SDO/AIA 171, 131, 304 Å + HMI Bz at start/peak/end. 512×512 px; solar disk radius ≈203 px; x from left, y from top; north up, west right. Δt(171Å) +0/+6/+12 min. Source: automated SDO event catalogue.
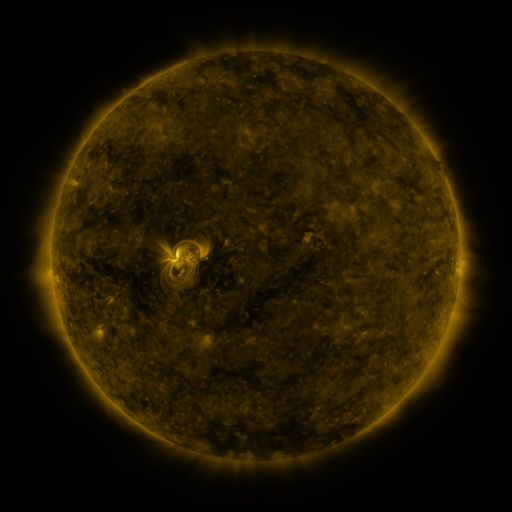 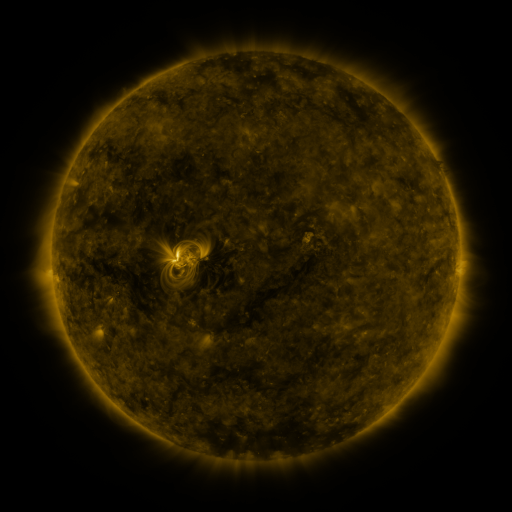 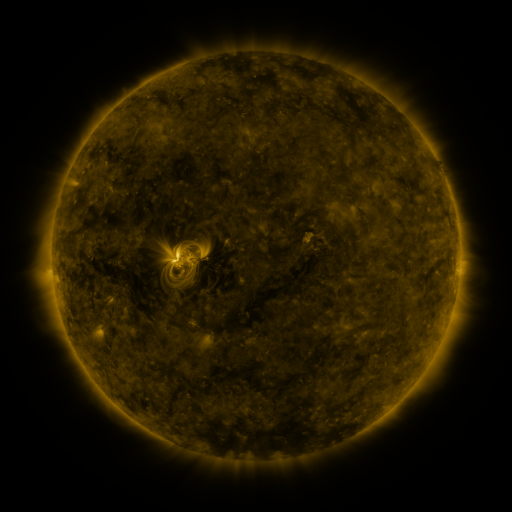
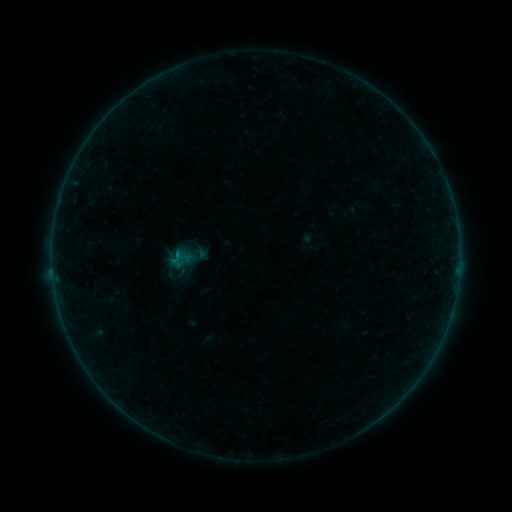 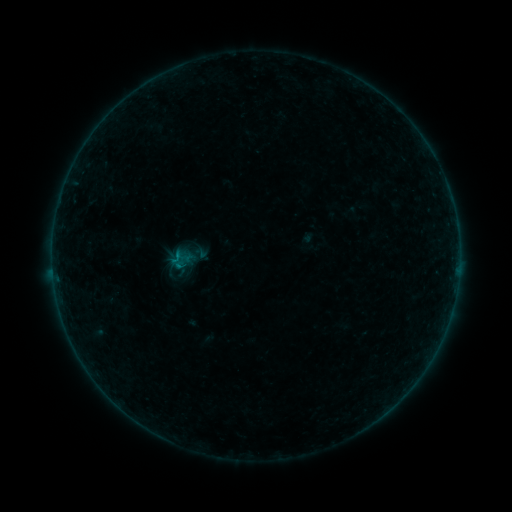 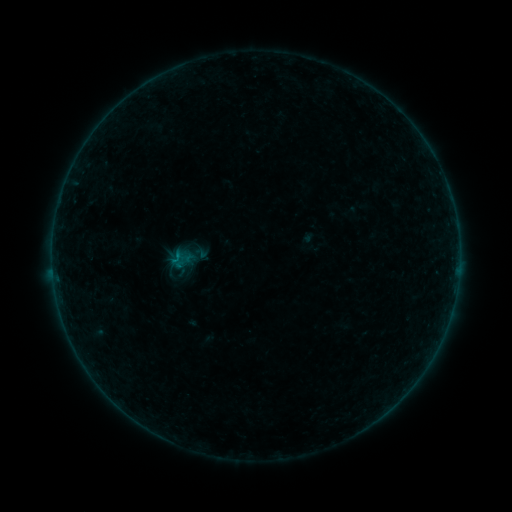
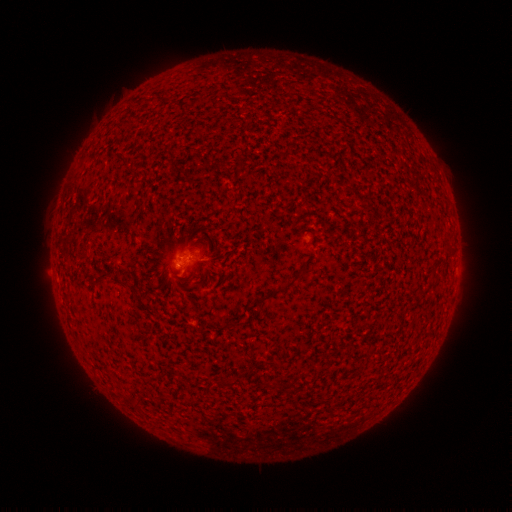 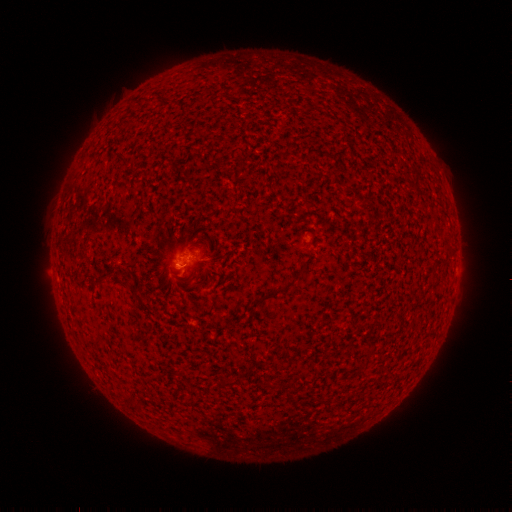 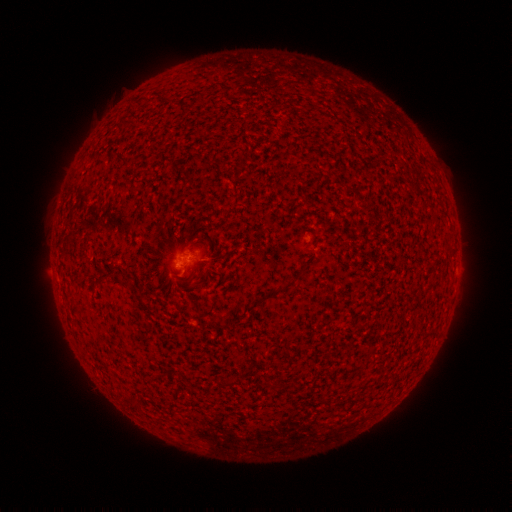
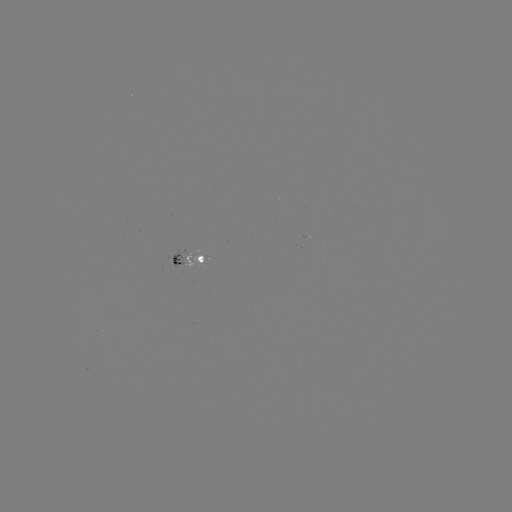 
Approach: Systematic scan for B1.2 flare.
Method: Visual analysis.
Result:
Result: B1.2 flare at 180,262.